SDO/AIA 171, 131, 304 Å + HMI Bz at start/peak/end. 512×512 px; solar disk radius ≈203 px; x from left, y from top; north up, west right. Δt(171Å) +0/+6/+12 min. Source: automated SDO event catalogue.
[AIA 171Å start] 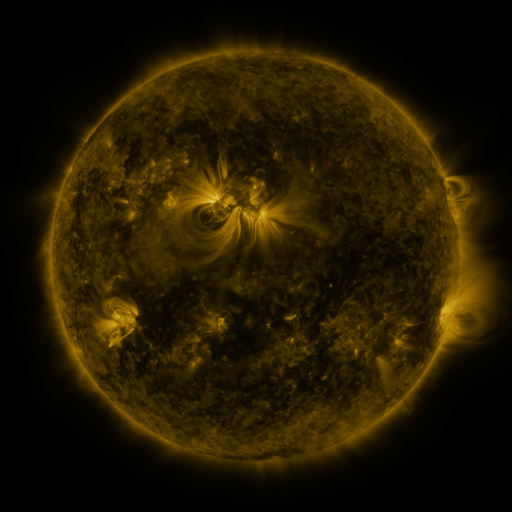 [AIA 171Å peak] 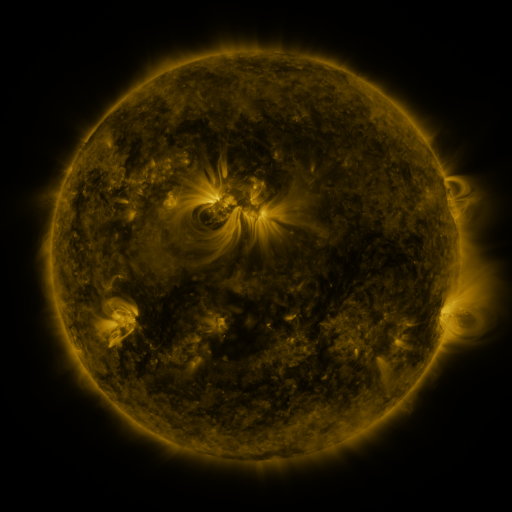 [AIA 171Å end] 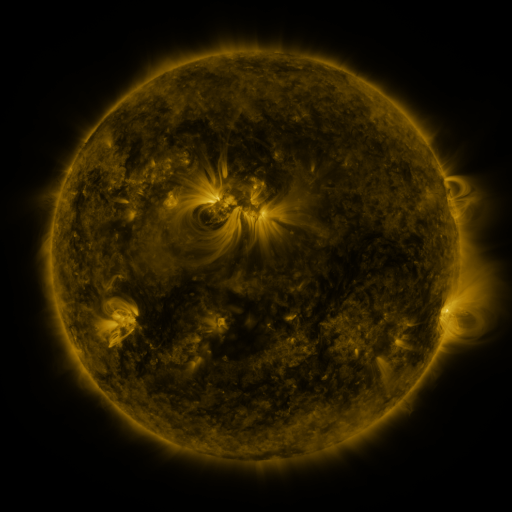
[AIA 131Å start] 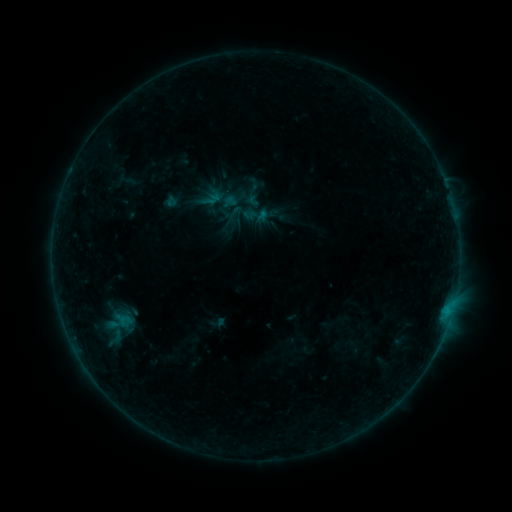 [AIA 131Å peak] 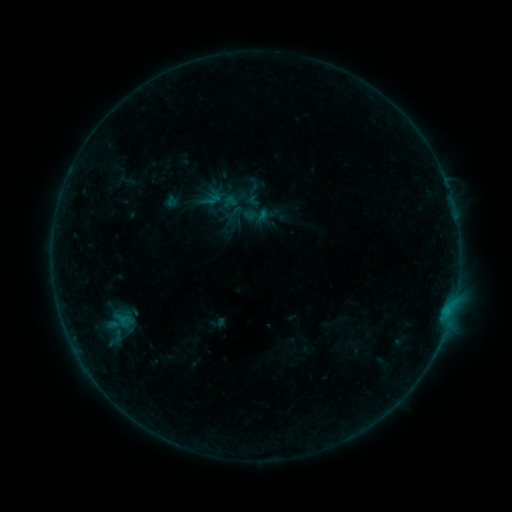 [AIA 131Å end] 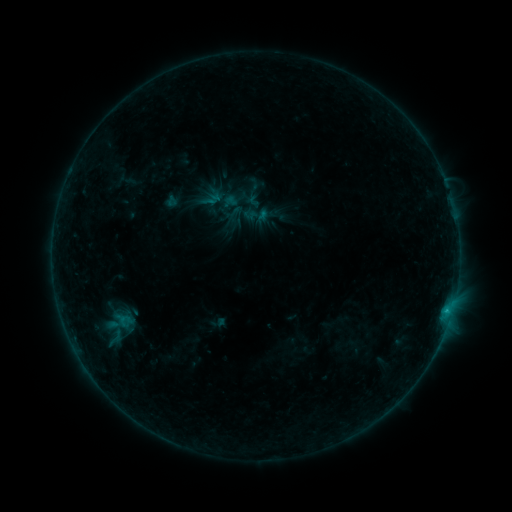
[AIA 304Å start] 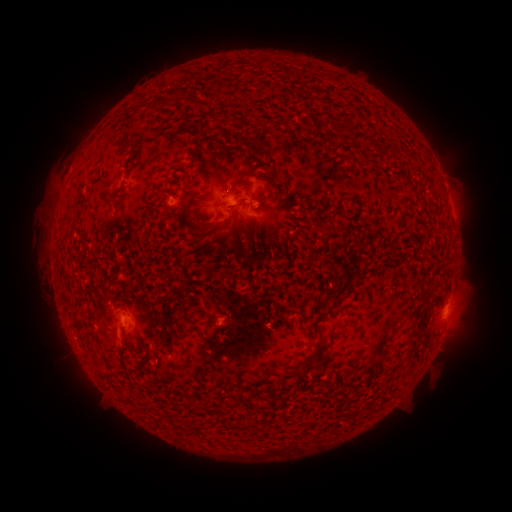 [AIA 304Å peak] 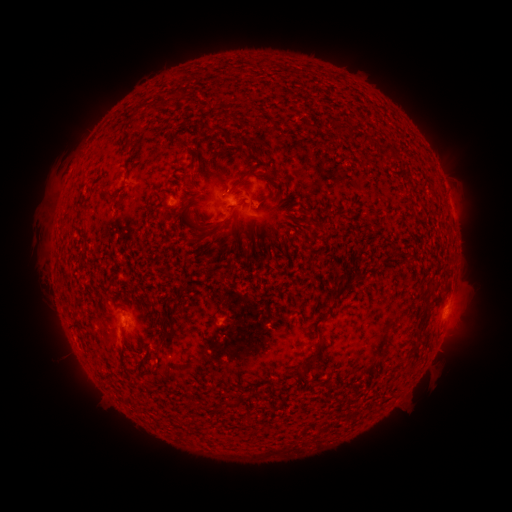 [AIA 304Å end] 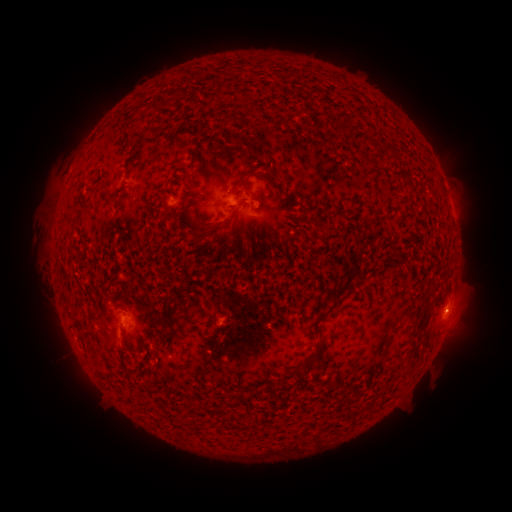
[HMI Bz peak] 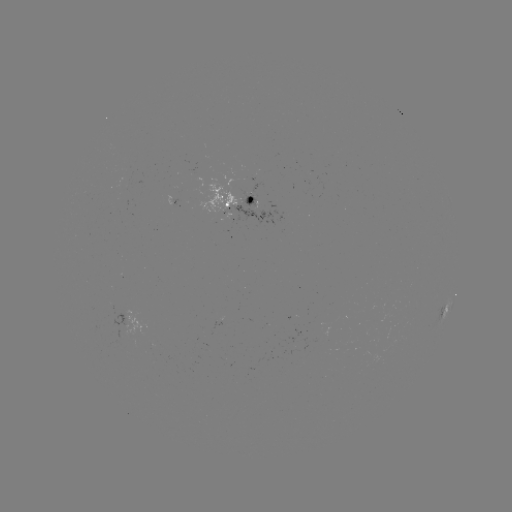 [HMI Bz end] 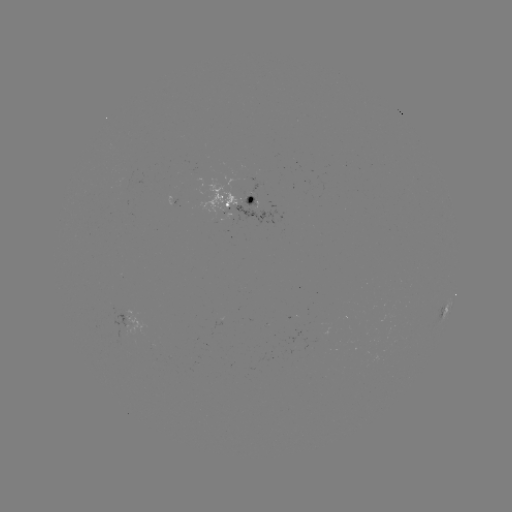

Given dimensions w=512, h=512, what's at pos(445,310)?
B3.5 flare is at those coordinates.